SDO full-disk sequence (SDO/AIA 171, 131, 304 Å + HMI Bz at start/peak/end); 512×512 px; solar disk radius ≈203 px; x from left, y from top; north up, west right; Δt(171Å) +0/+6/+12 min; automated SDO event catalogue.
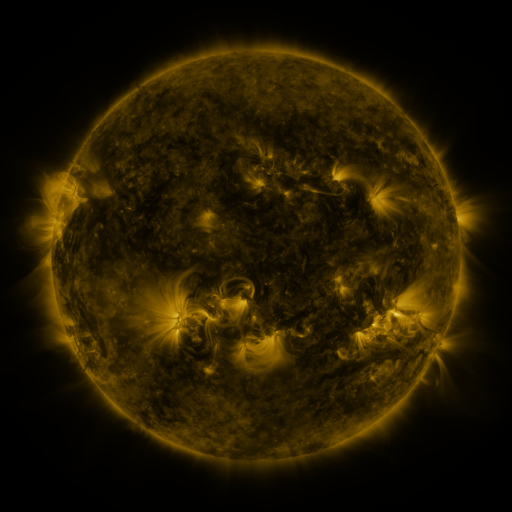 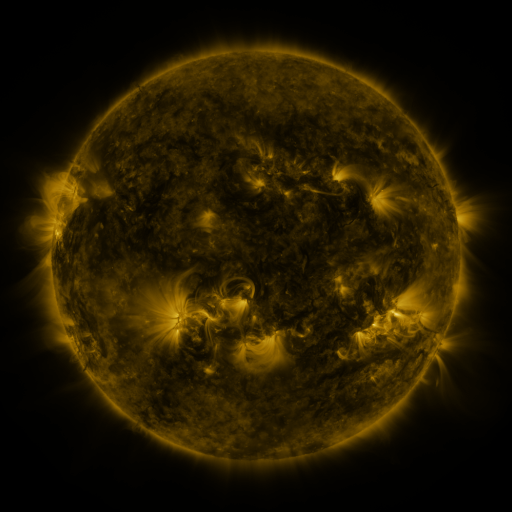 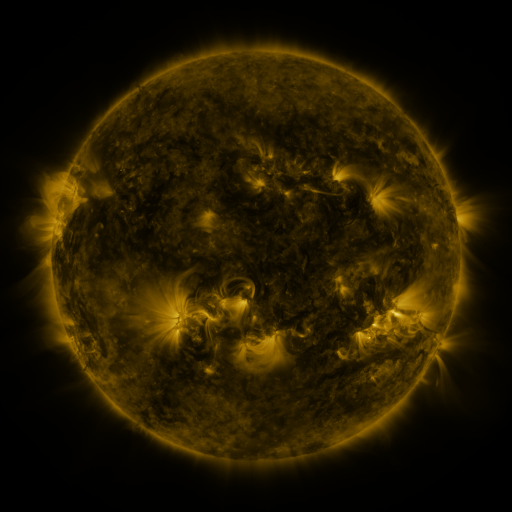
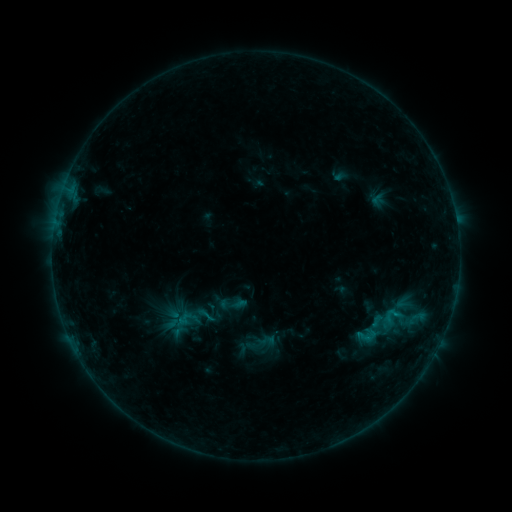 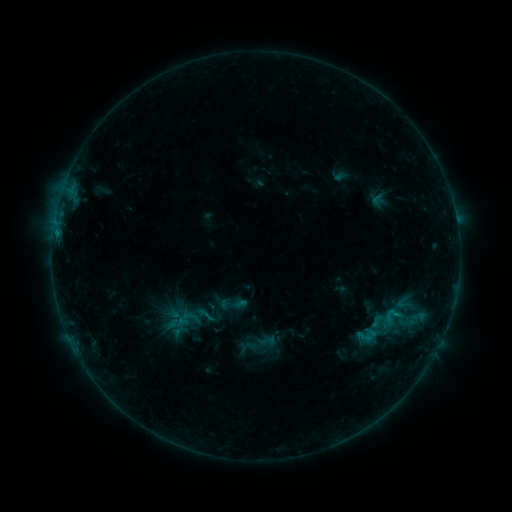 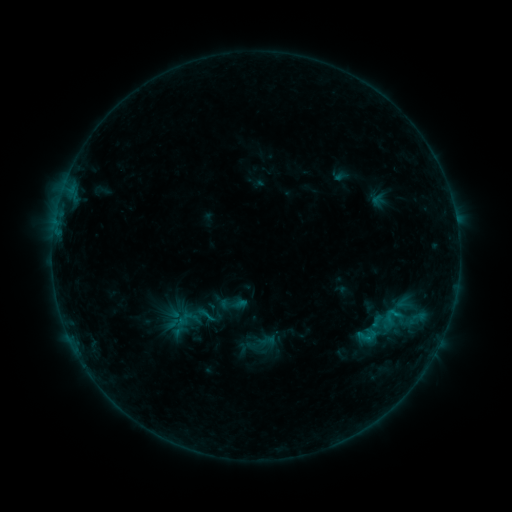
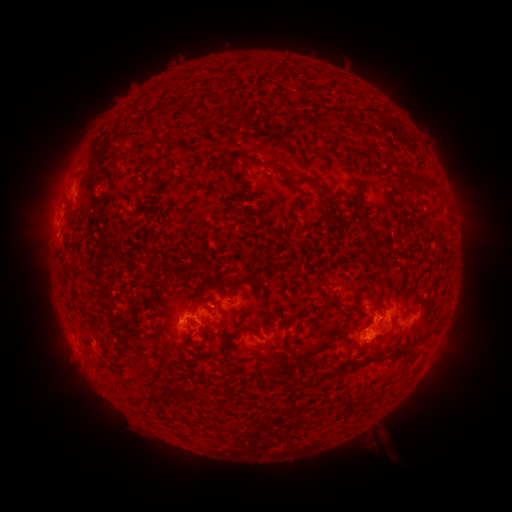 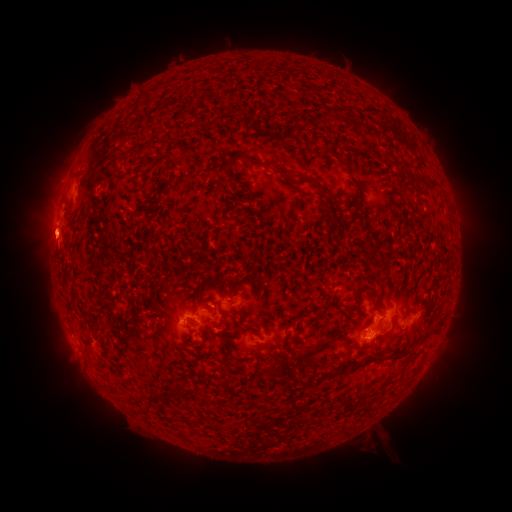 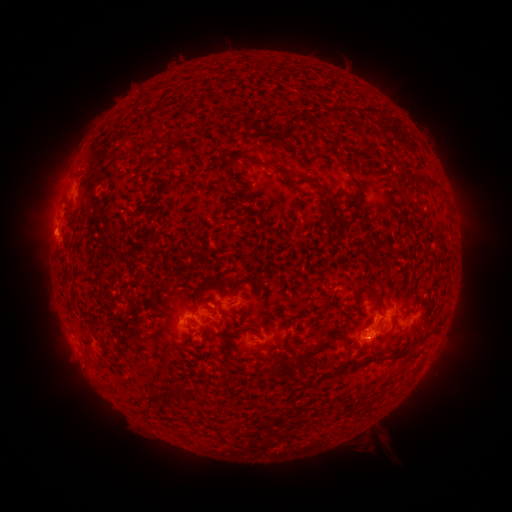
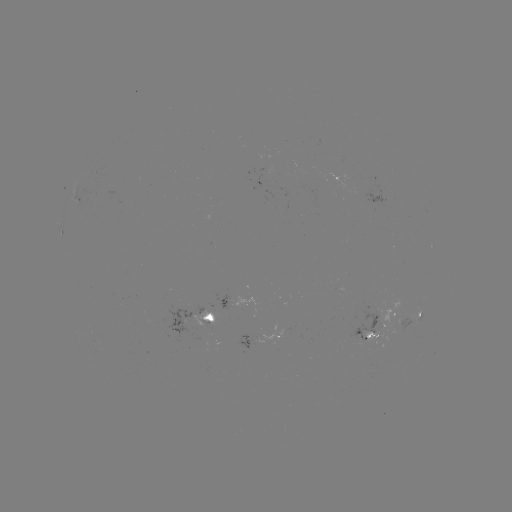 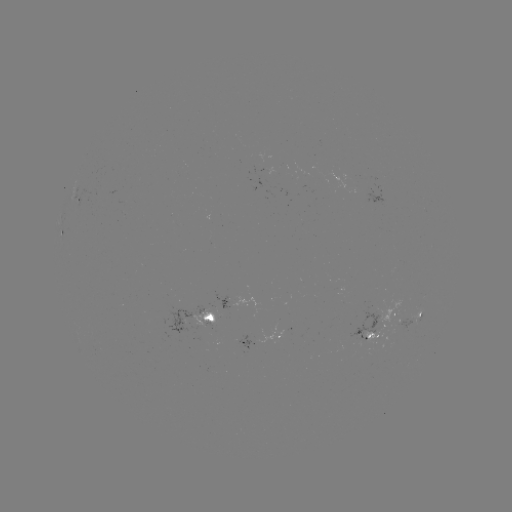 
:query eruption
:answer (47, 232)